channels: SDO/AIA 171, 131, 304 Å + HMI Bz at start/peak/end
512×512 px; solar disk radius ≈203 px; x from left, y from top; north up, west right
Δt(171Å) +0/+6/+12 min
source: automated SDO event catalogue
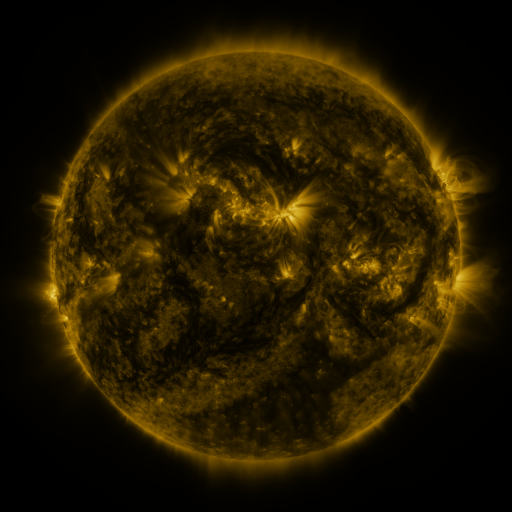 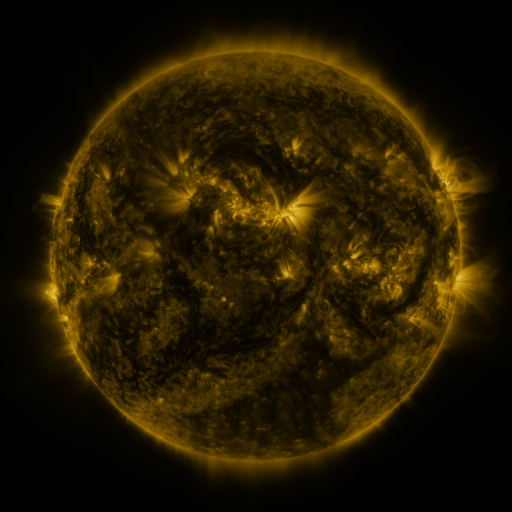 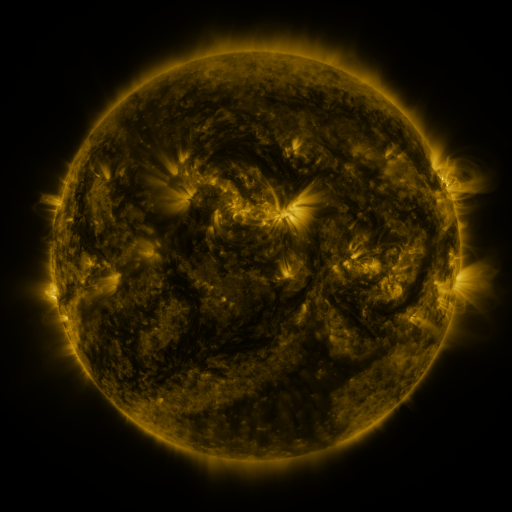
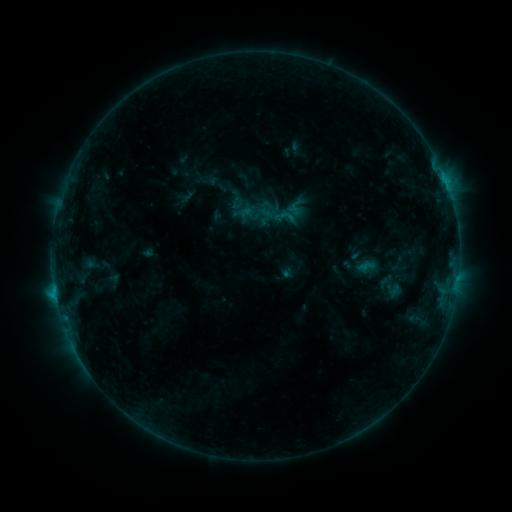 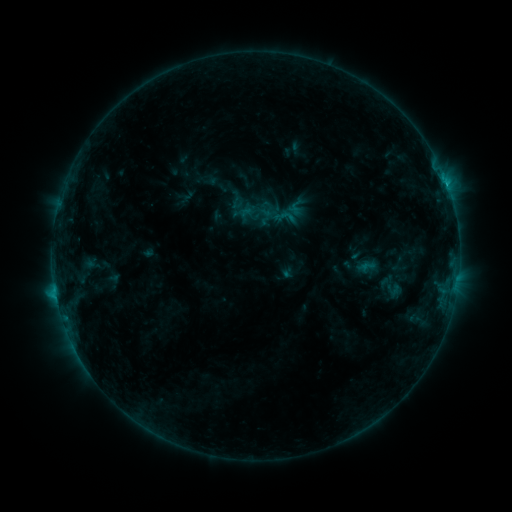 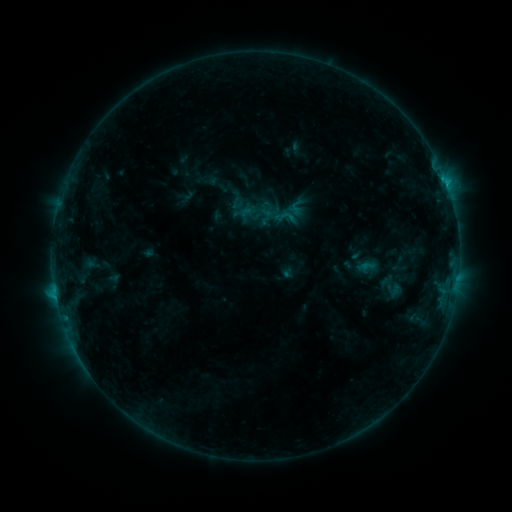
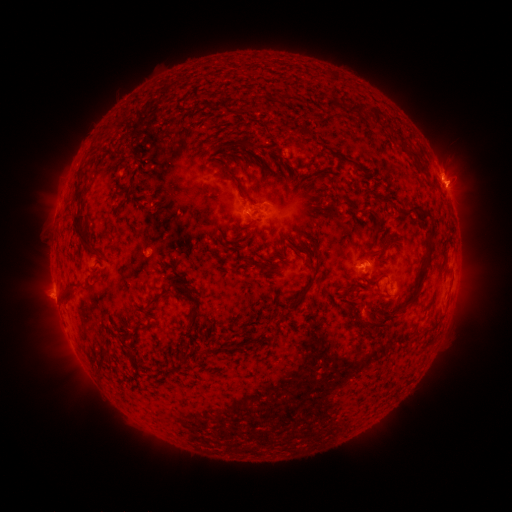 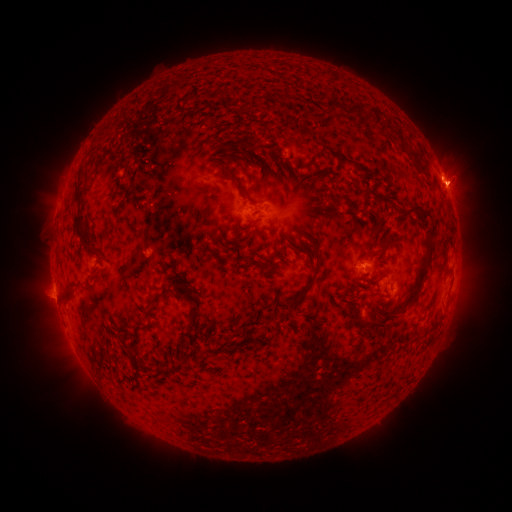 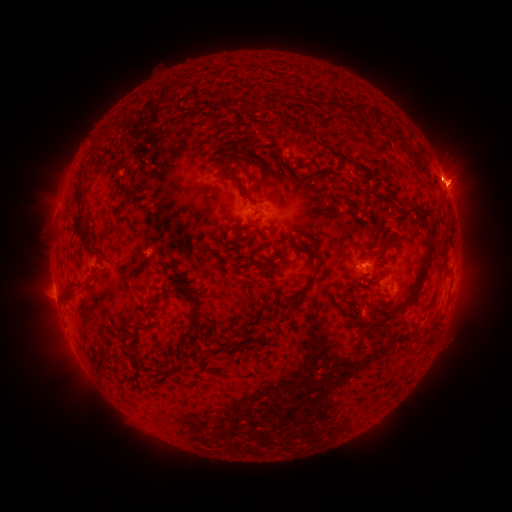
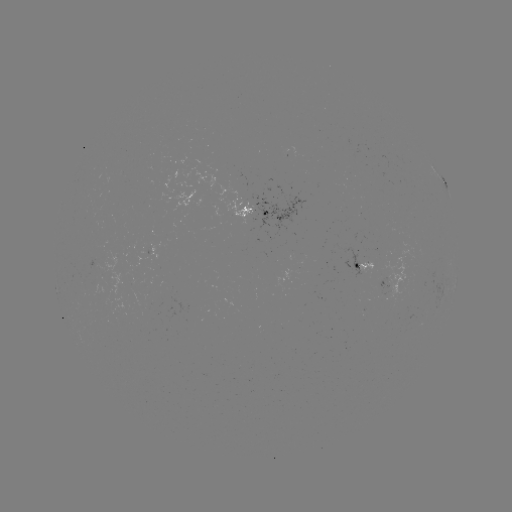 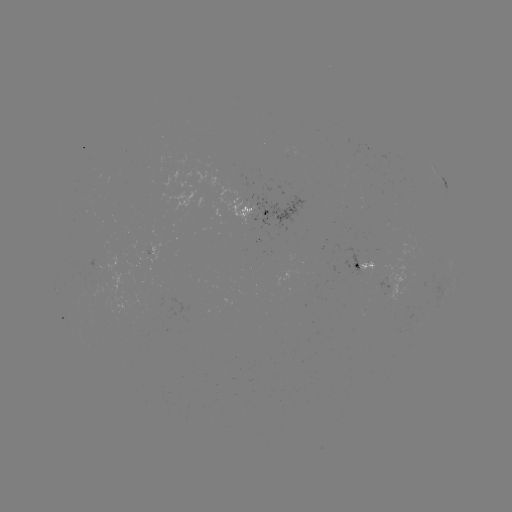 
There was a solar flare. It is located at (446, 185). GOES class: C1.3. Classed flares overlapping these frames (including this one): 1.